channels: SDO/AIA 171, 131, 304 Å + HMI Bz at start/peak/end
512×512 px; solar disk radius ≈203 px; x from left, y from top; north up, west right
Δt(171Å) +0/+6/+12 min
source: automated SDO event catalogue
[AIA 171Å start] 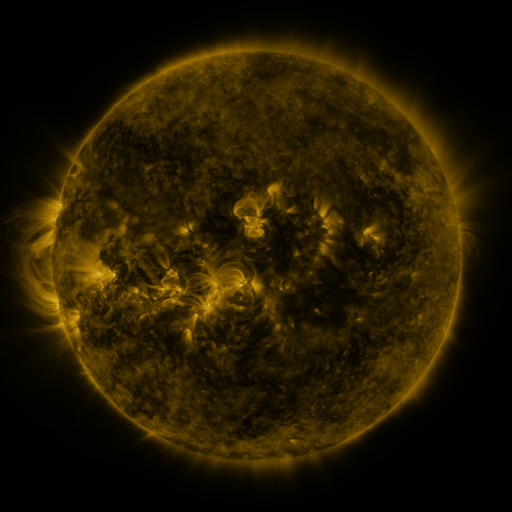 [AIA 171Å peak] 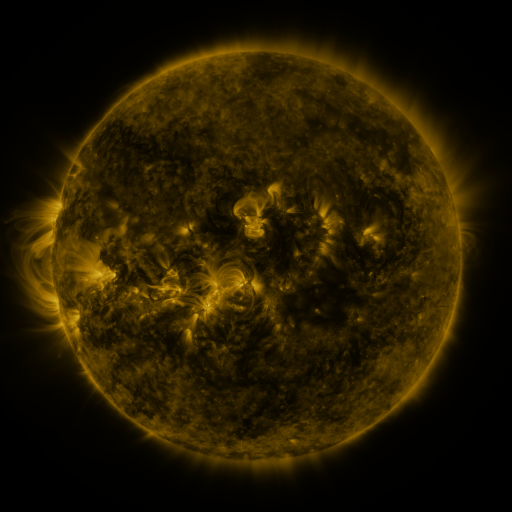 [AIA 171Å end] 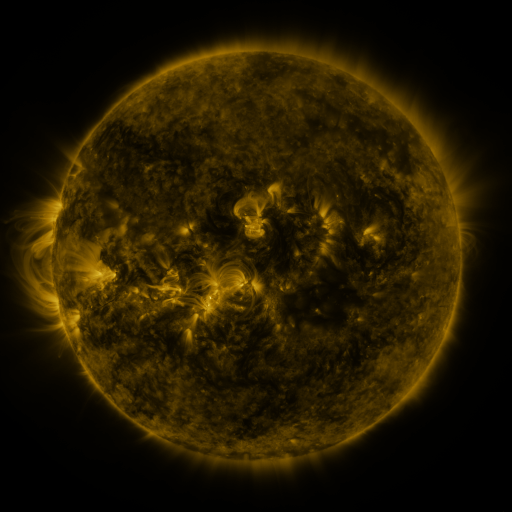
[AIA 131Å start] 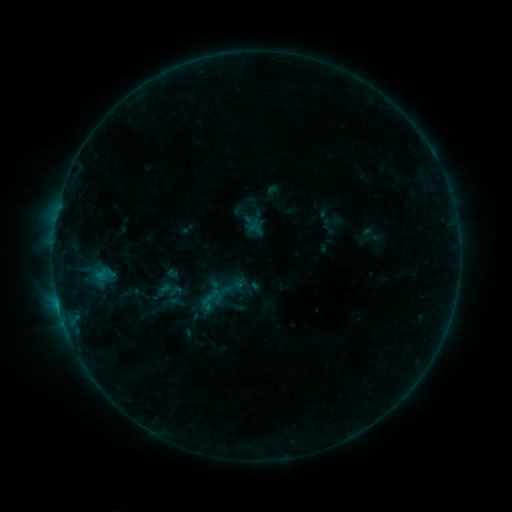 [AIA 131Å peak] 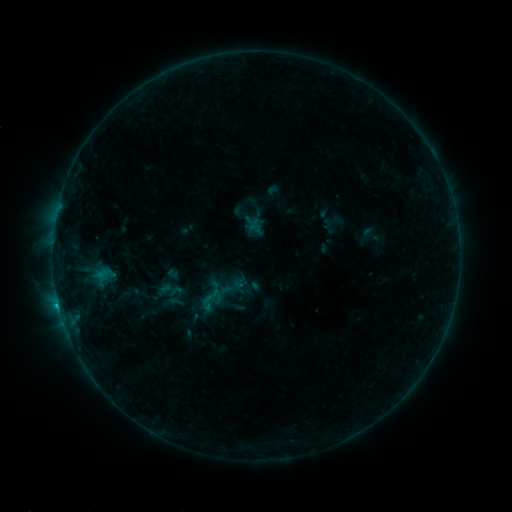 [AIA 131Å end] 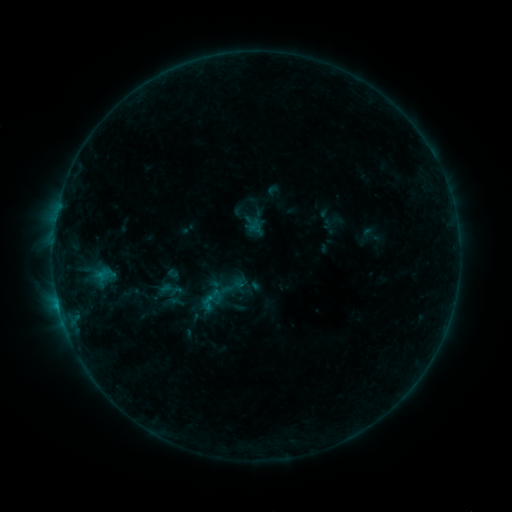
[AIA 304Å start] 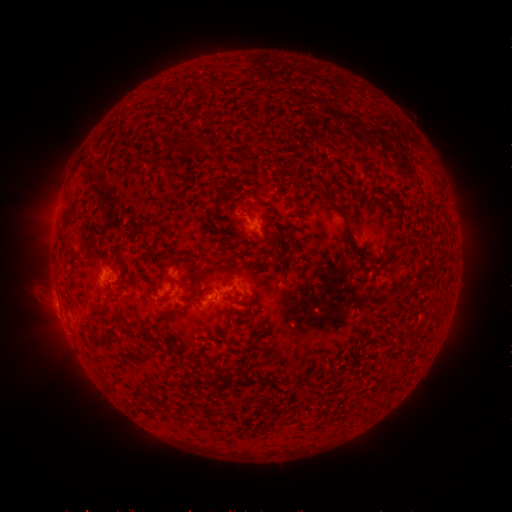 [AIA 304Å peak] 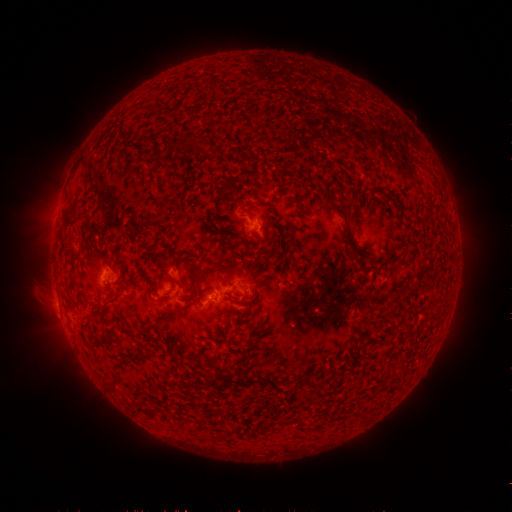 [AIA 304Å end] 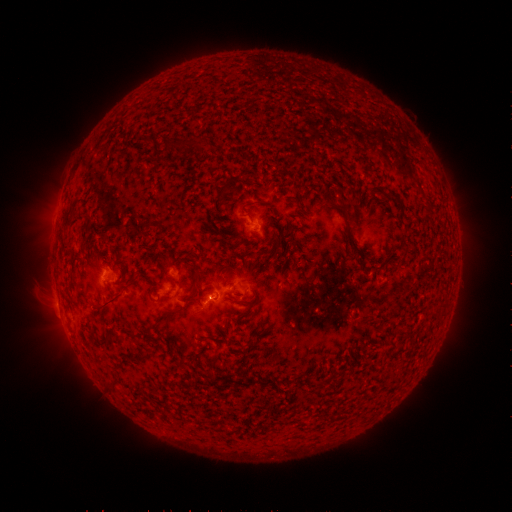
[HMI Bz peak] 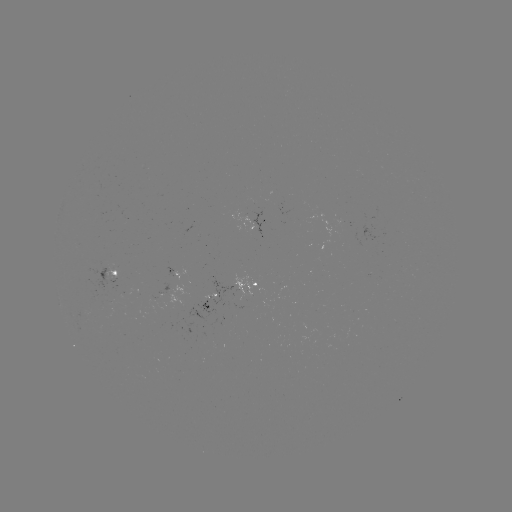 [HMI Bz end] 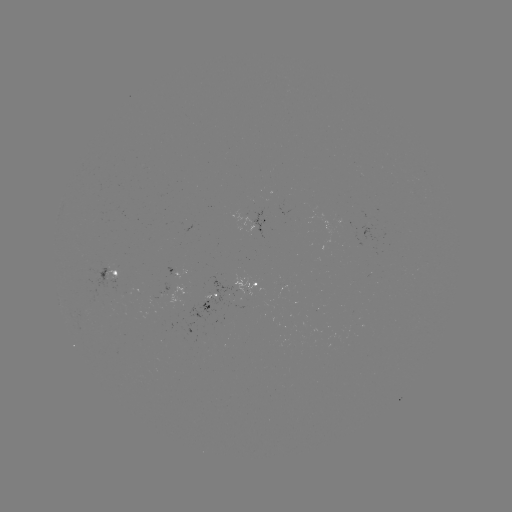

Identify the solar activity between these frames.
B4.7 flare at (98, 277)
